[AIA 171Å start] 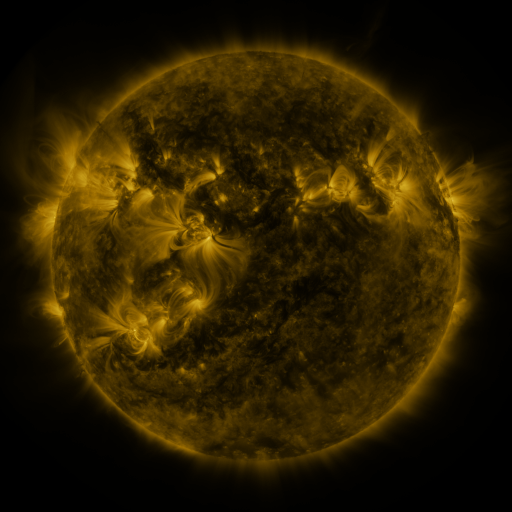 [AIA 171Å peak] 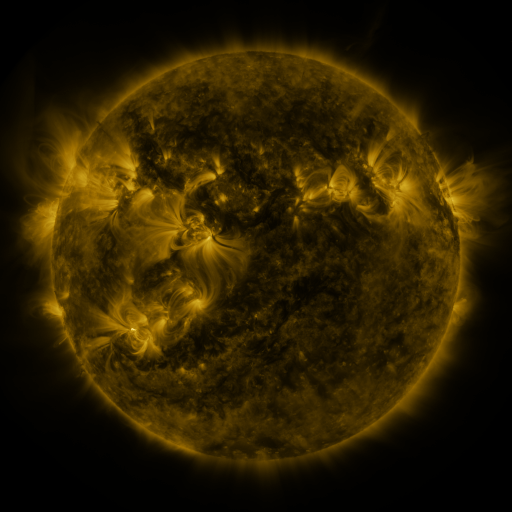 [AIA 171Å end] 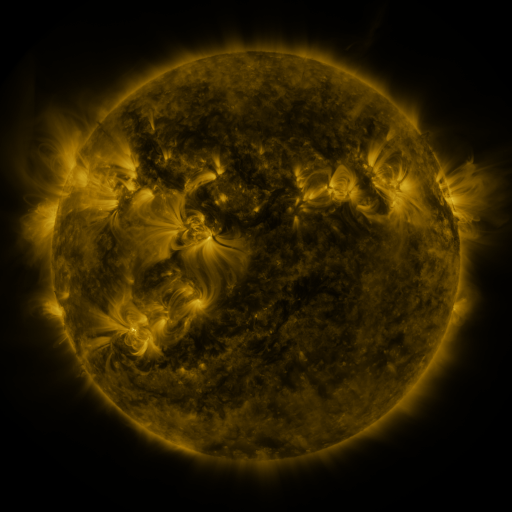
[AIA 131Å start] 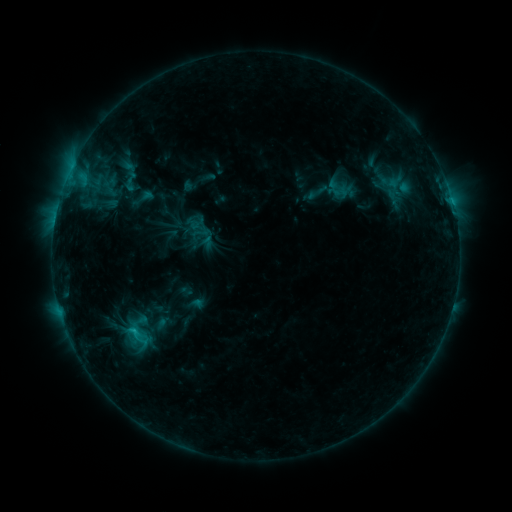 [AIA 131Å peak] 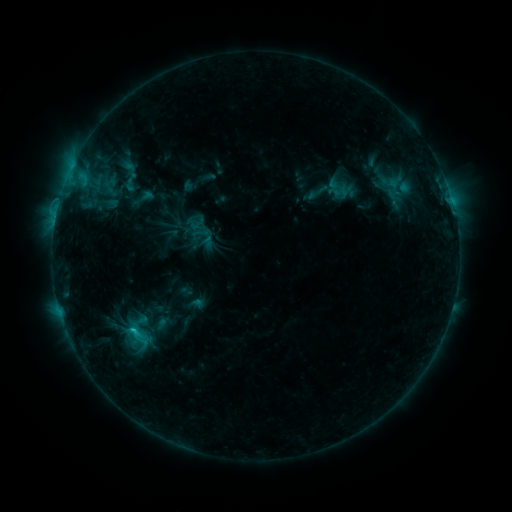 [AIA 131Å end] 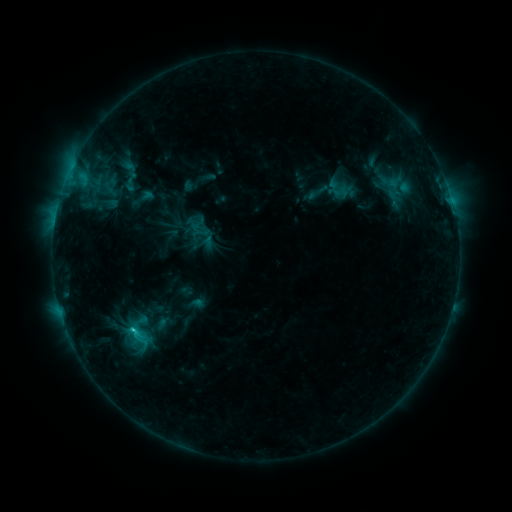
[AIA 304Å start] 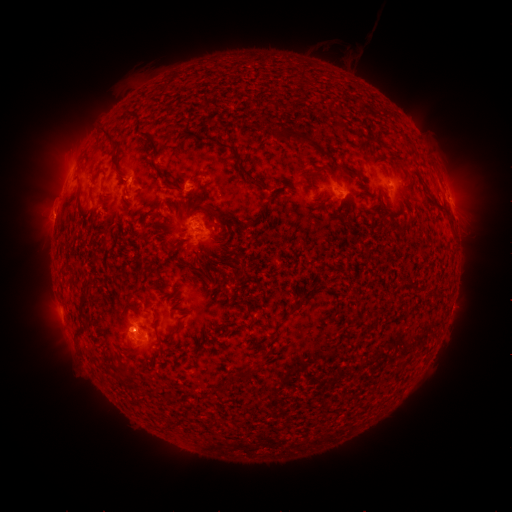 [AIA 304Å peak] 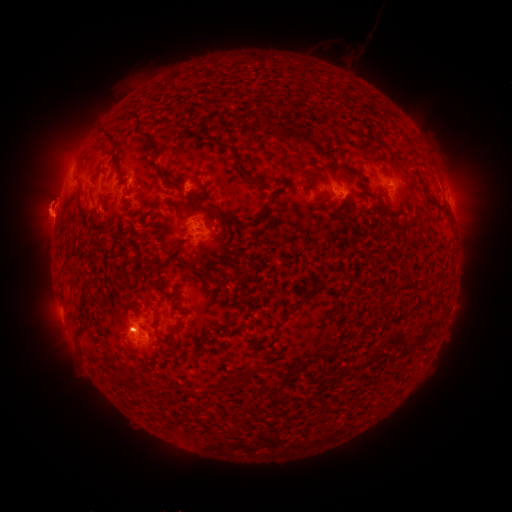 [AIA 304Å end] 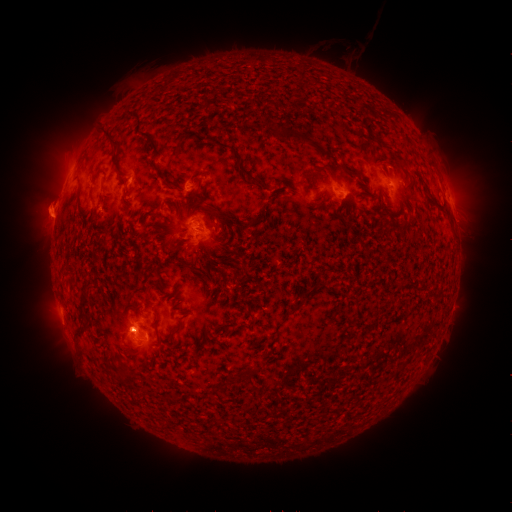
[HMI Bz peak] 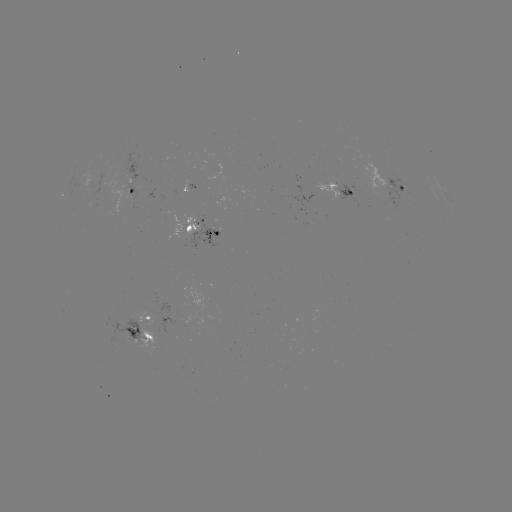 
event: eruption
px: (47, 203)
